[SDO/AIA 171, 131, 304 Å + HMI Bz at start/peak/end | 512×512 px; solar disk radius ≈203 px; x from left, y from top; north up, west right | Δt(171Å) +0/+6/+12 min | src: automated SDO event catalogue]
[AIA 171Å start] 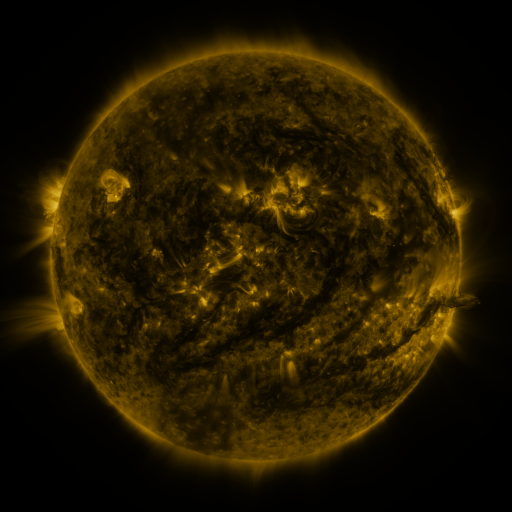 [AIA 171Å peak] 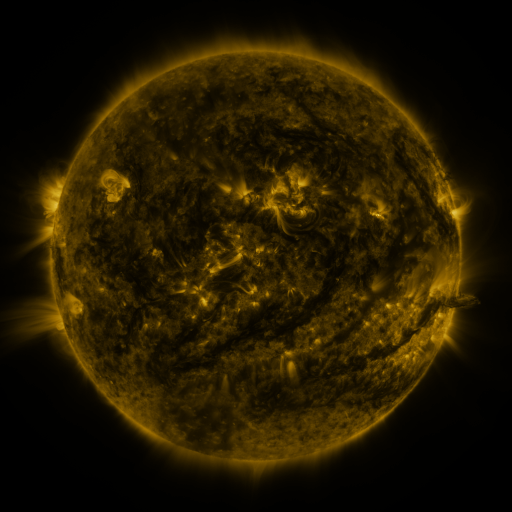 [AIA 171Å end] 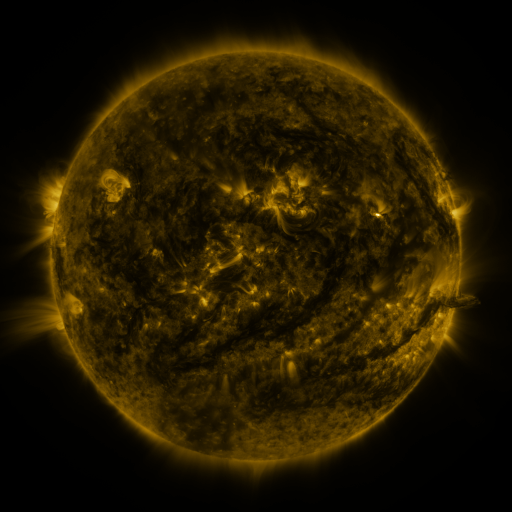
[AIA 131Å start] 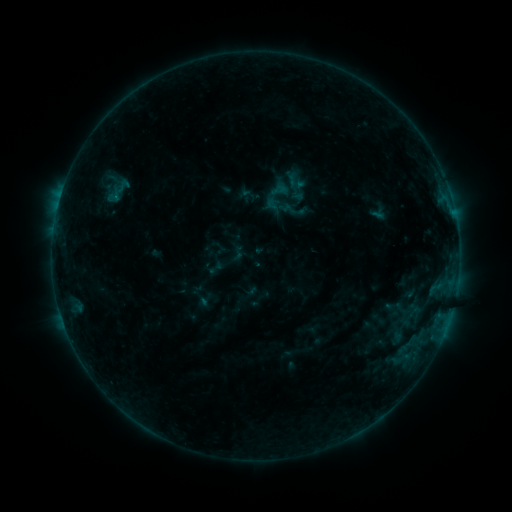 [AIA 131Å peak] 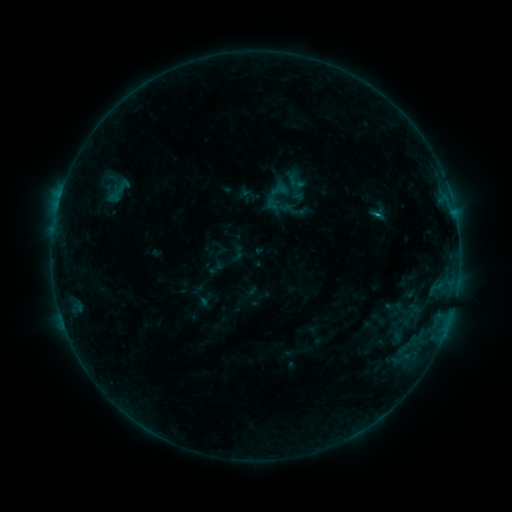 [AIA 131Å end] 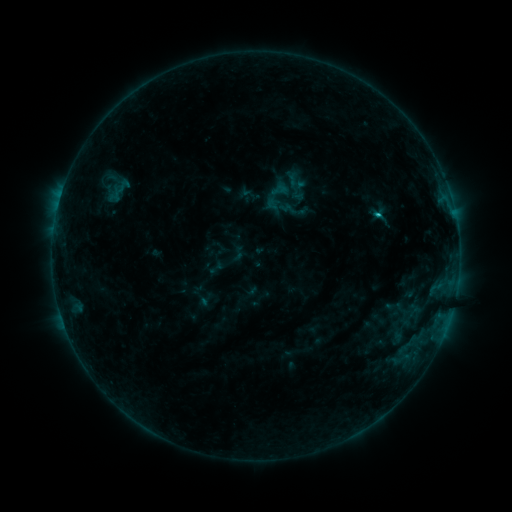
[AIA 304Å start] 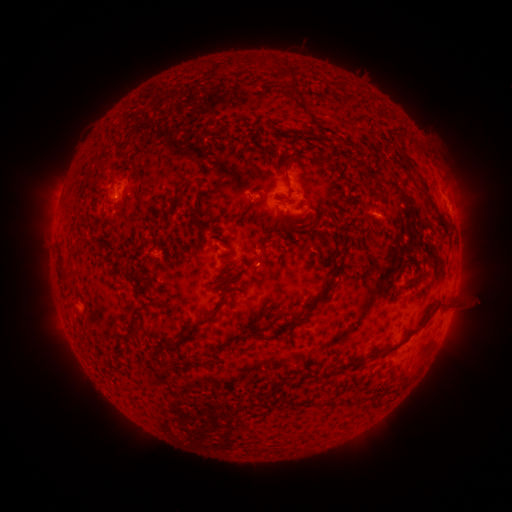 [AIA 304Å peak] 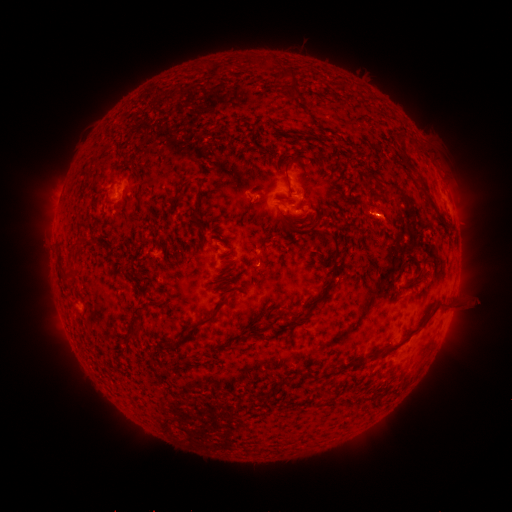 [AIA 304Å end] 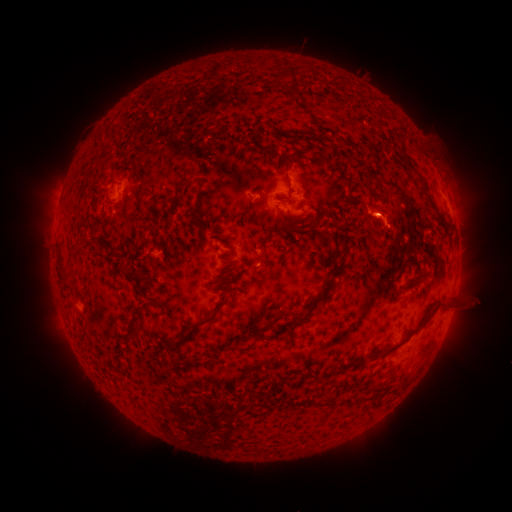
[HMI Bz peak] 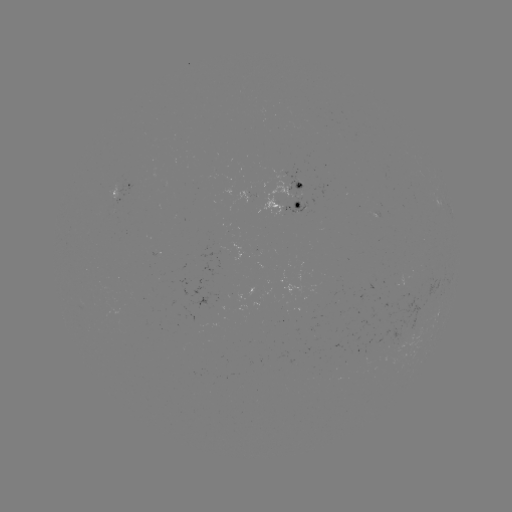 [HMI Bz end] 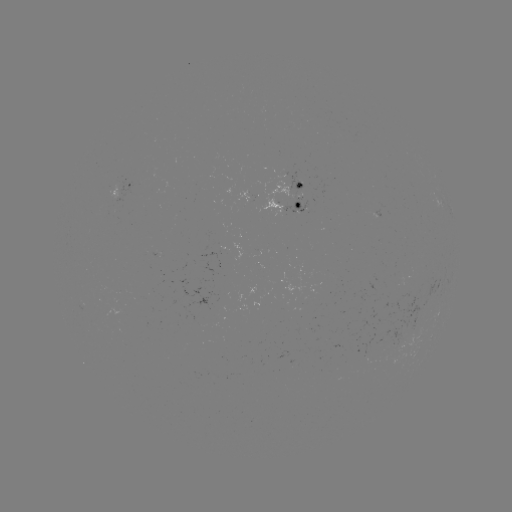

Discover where B9.0 flare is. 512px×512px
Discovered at (375, 215).